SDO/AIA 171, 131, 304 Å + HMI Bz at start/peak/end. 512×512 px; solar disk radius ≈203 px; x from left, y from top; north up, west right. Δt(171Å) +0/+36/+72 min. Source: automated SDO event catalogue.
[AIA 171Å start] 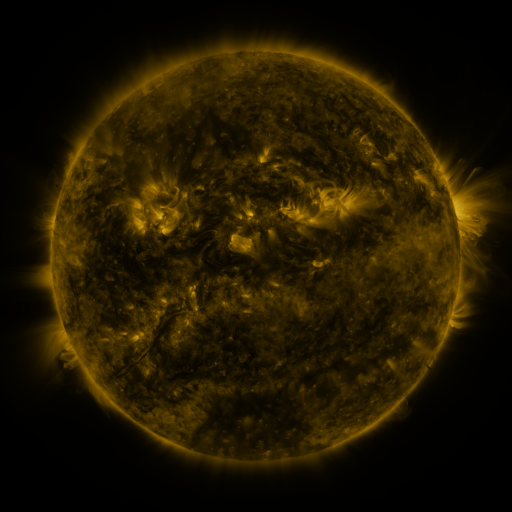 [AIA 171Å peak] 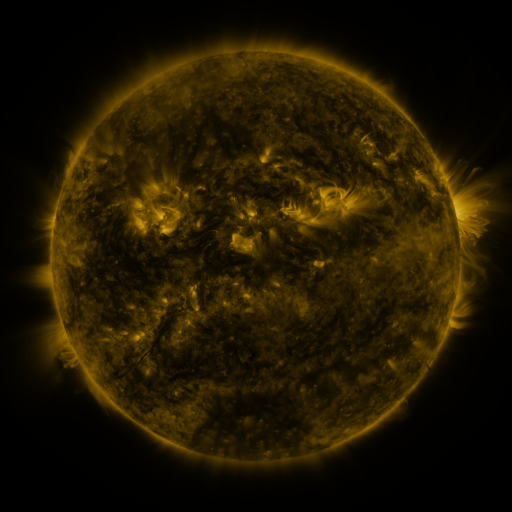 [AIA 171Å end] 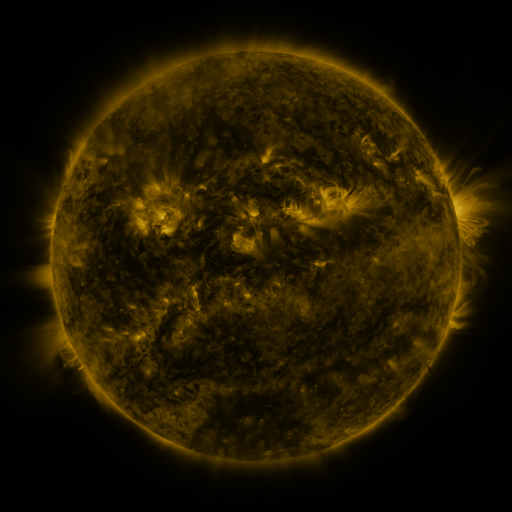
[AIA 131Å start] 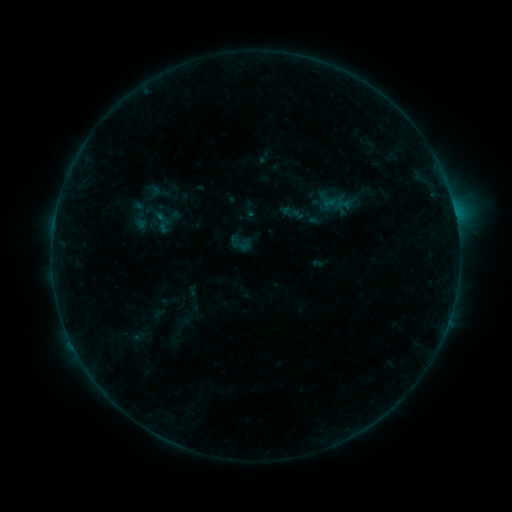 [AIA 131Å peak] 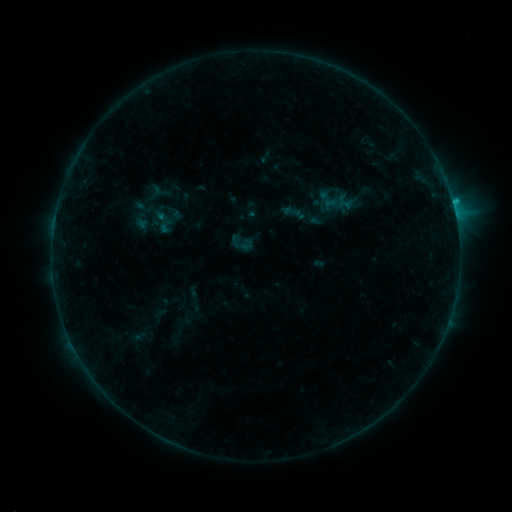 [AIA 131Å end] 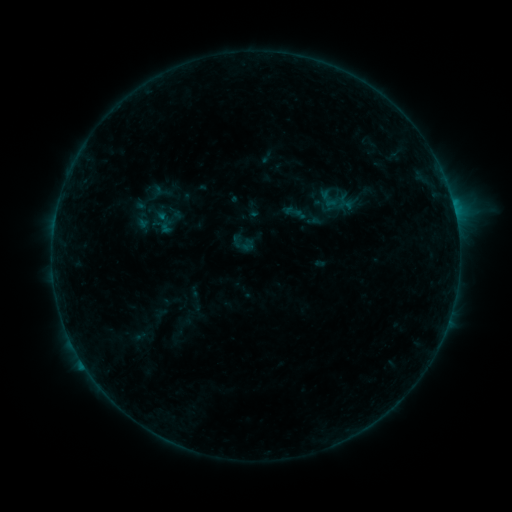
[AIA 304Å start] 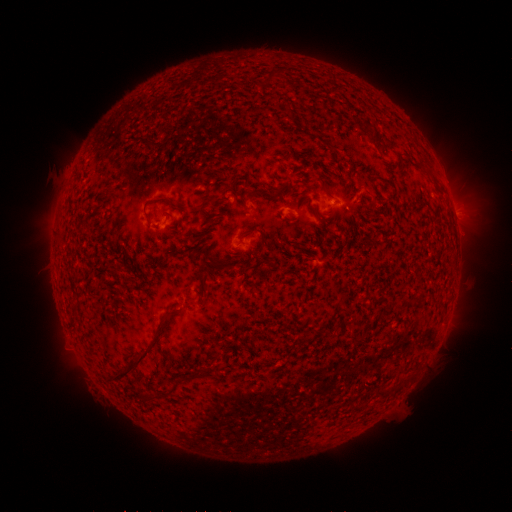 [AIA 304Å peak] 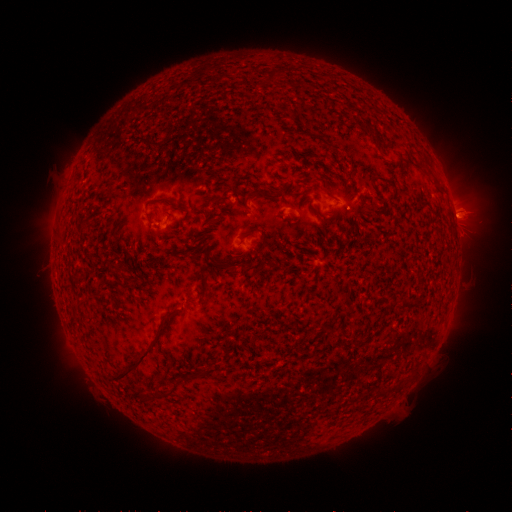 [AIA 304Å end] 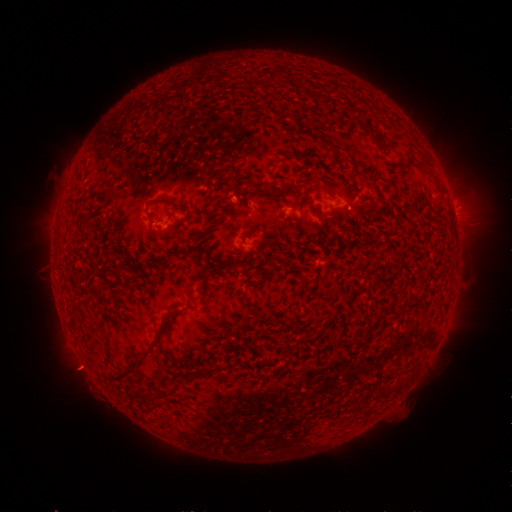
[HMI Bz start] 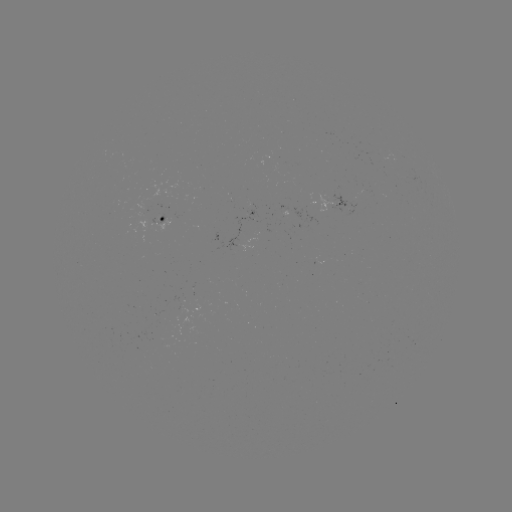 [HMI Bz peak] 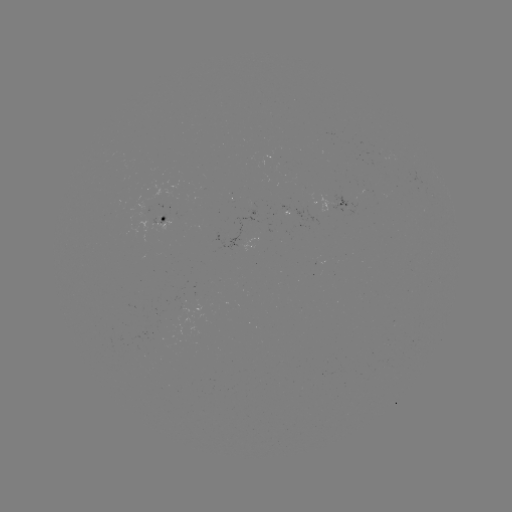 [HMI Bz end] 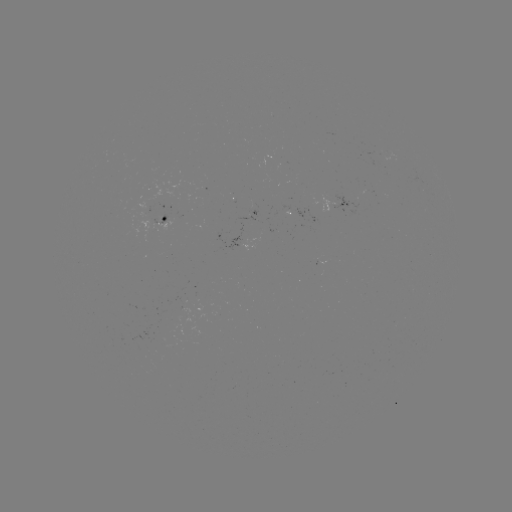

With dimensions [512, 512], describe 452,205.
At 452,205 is C1.1 flare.